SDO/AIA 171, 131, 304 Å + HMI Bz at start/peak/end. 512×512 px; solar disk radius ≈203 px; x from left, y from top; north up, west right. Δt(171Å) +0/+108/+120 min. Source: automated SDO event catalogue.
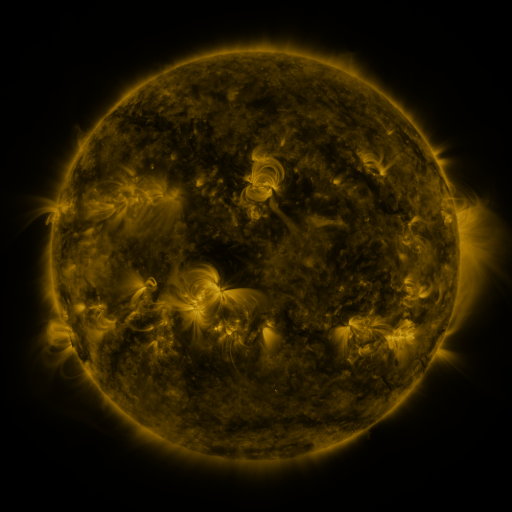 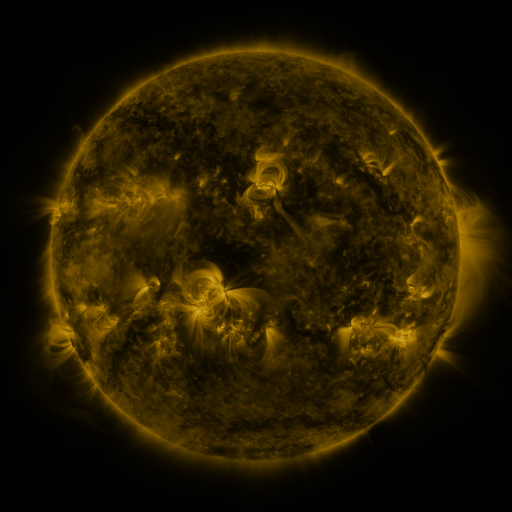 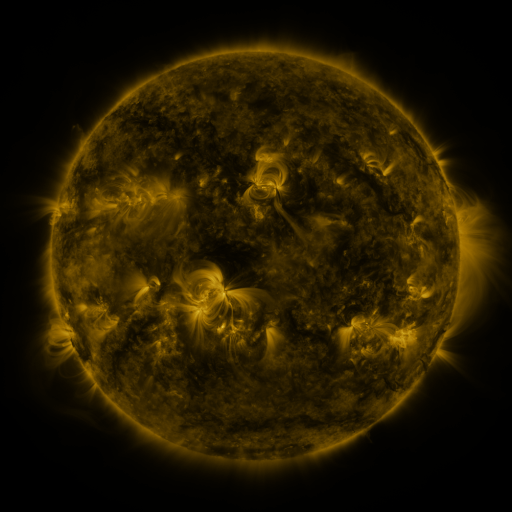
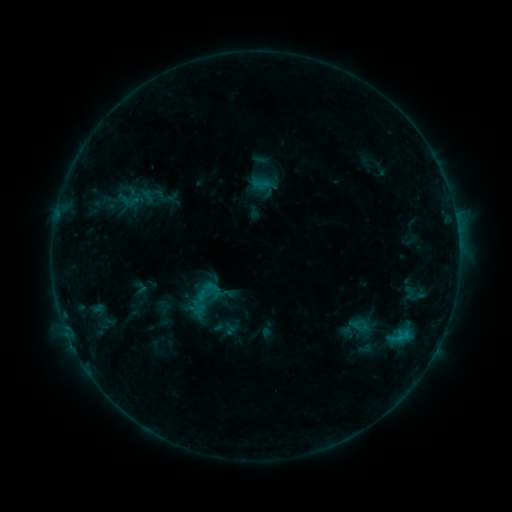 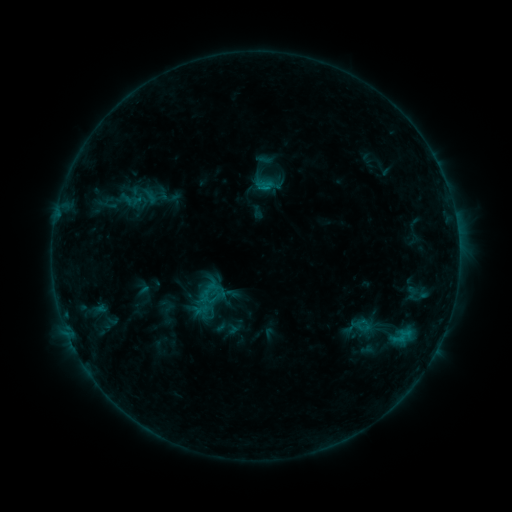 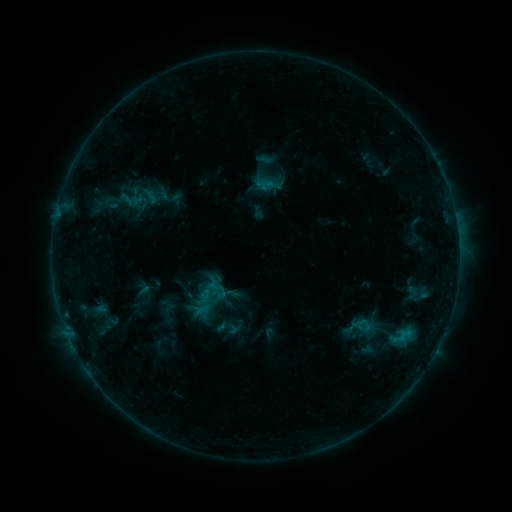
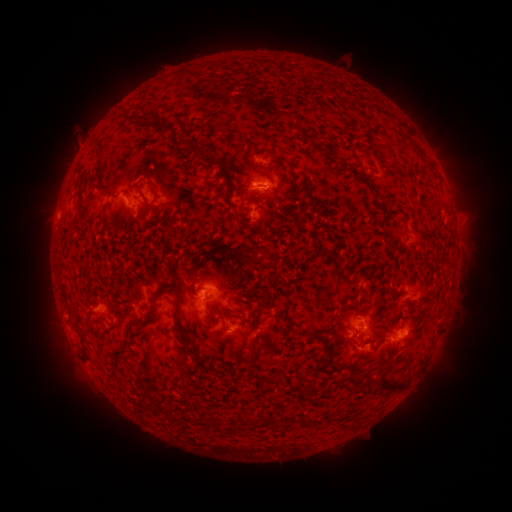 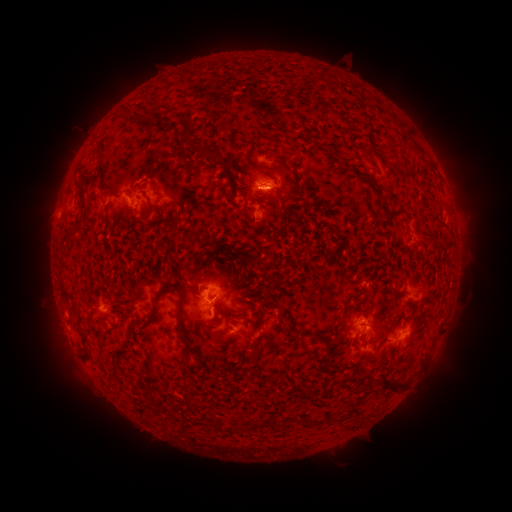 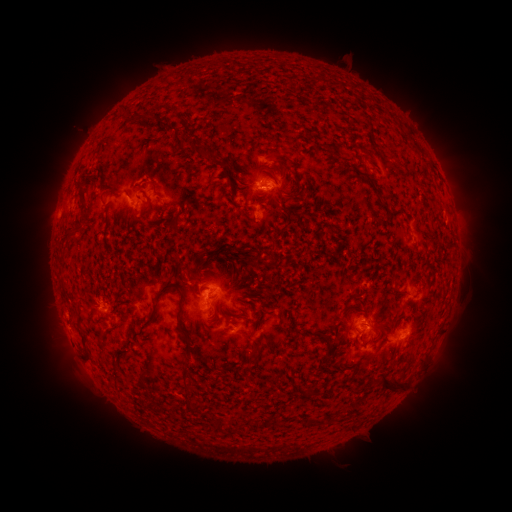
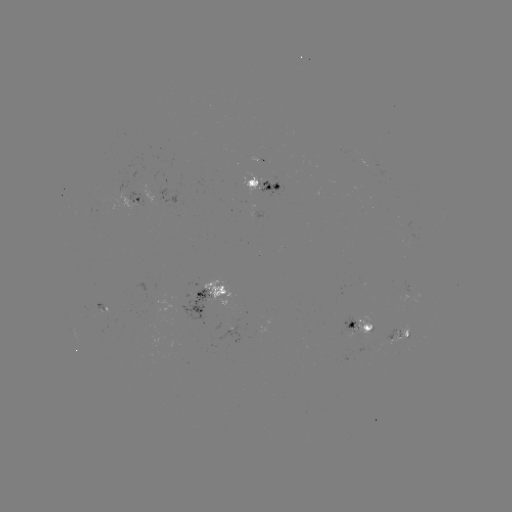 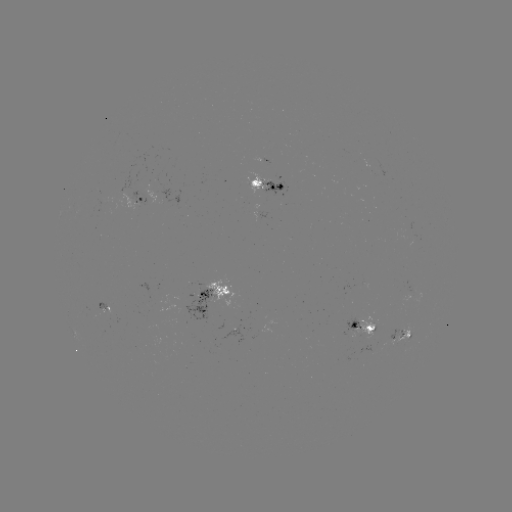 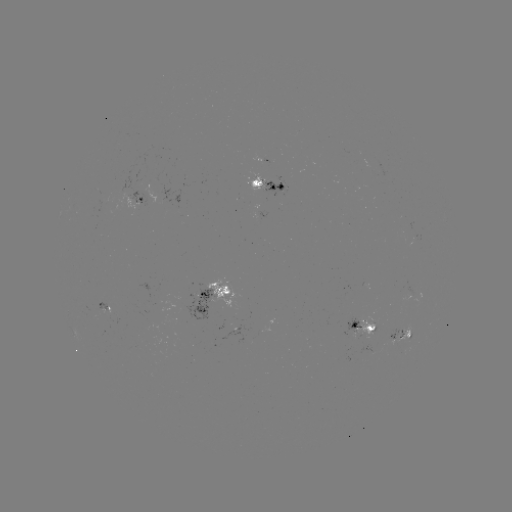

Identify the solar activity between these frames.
emerging-flux region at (372, 328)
